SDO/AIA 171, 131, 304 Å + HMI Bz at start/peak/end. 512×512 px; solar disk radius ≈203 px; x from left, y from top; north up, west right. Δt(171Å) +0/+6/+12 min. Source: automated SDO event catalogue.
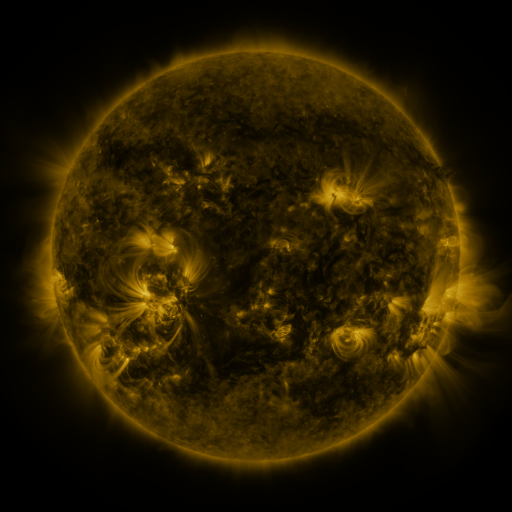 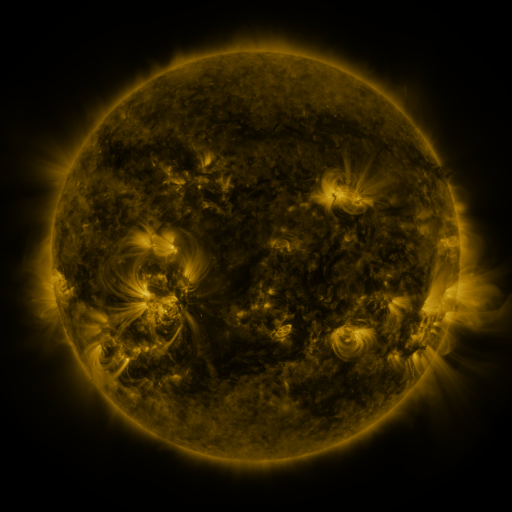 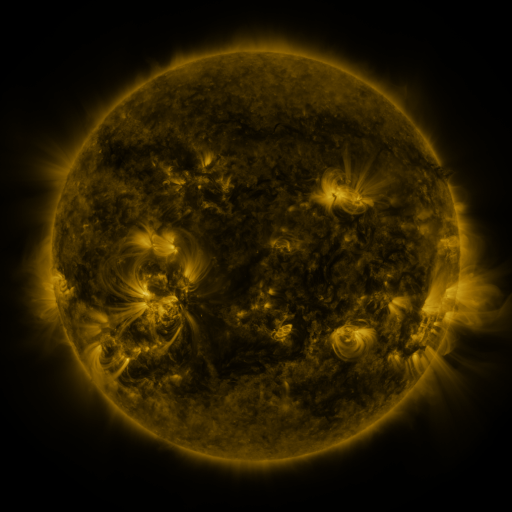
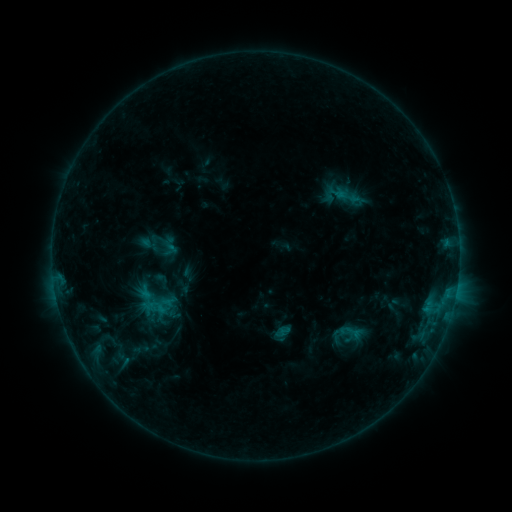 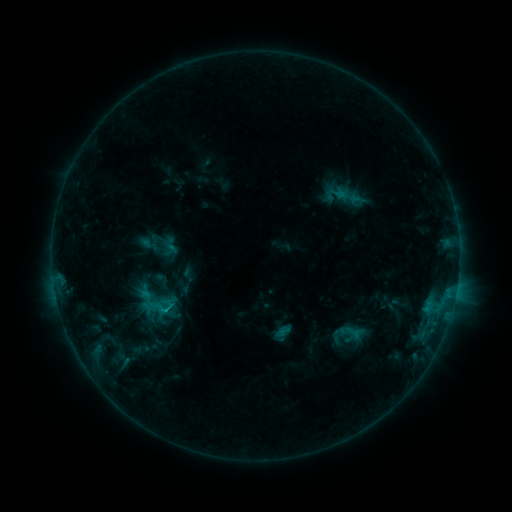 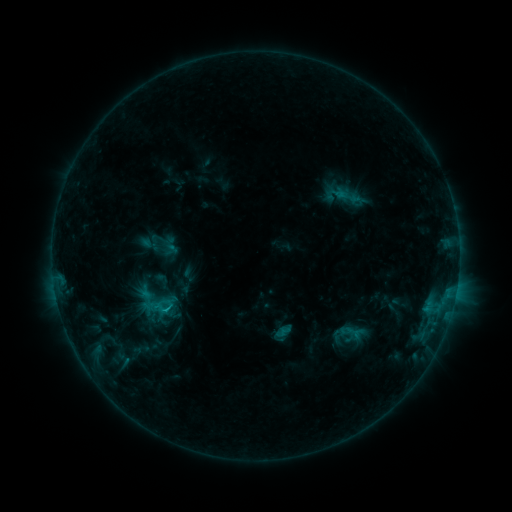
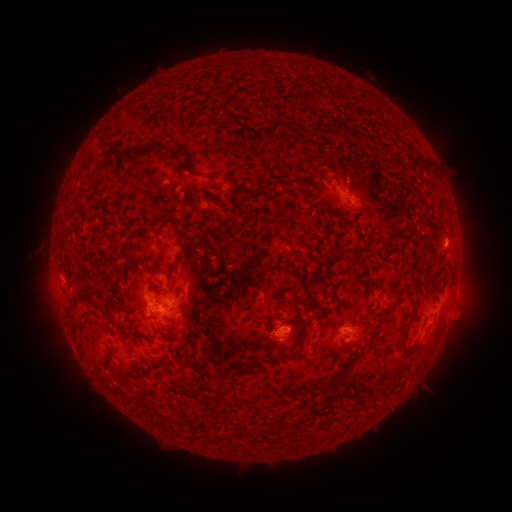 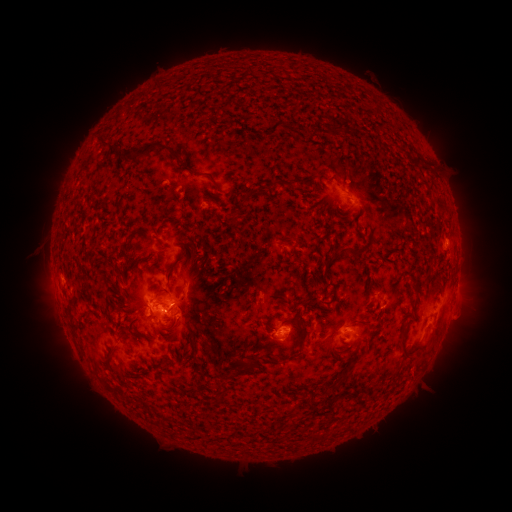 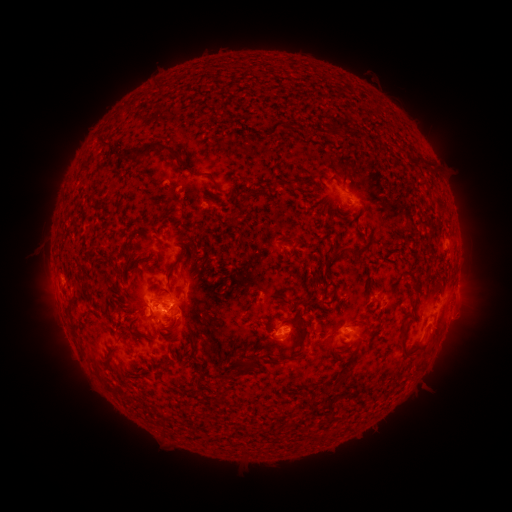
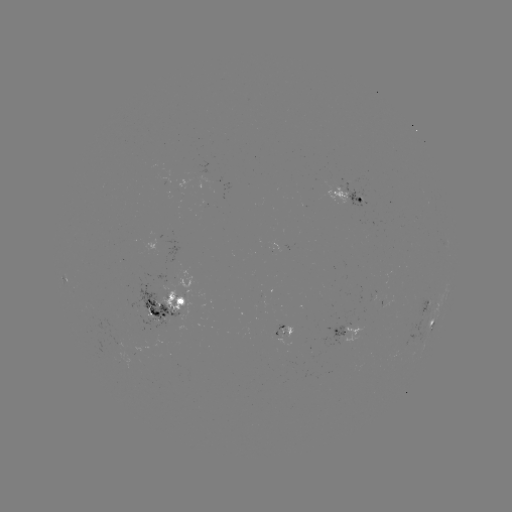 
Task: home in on C1.2 flare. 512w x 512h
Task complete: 168,310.